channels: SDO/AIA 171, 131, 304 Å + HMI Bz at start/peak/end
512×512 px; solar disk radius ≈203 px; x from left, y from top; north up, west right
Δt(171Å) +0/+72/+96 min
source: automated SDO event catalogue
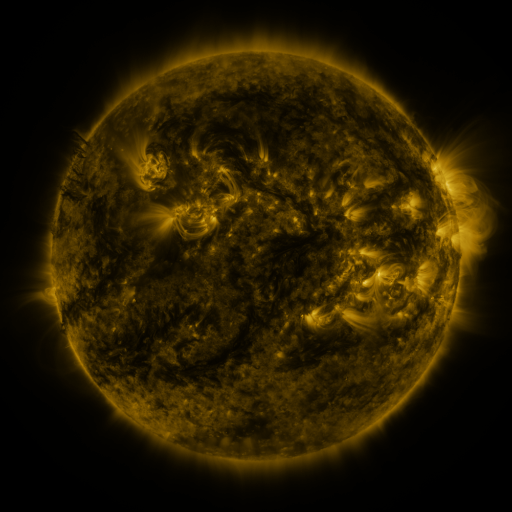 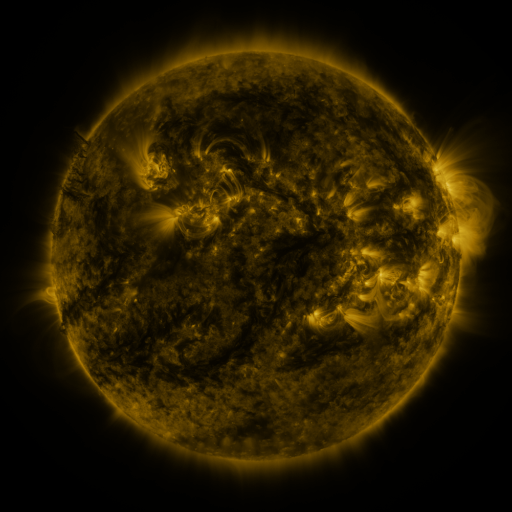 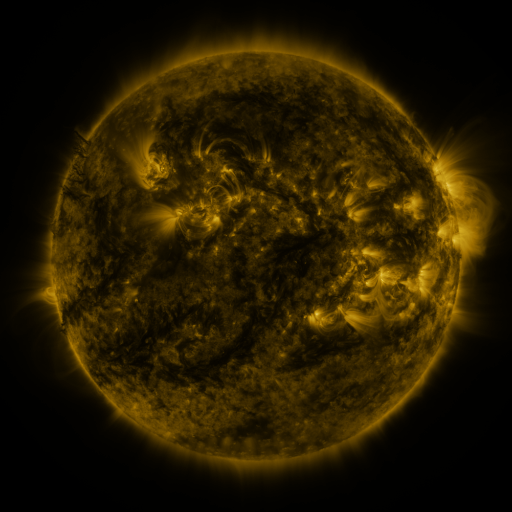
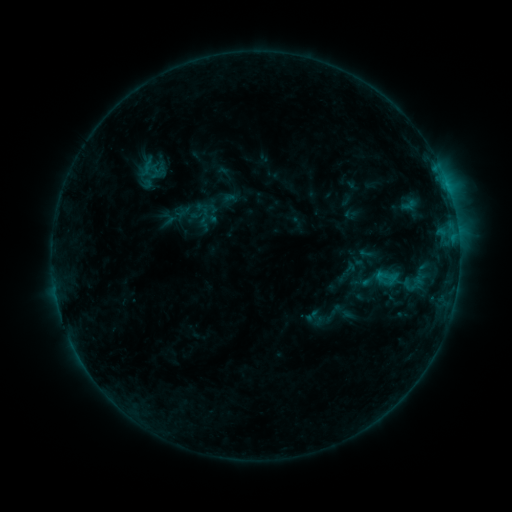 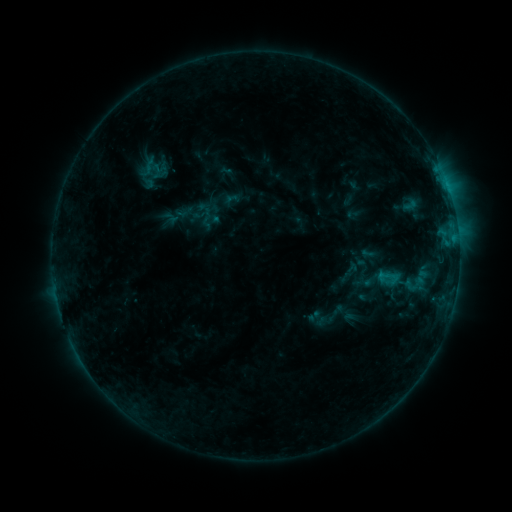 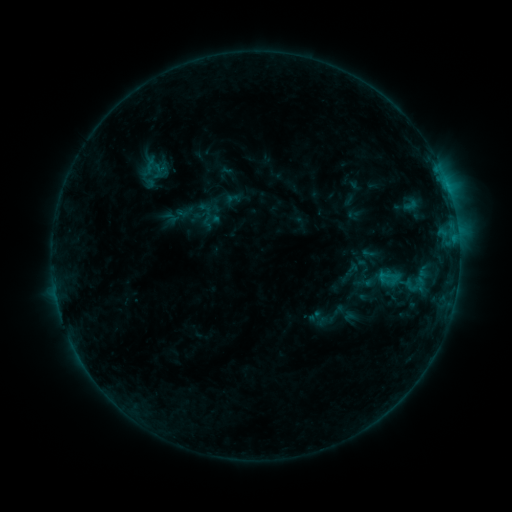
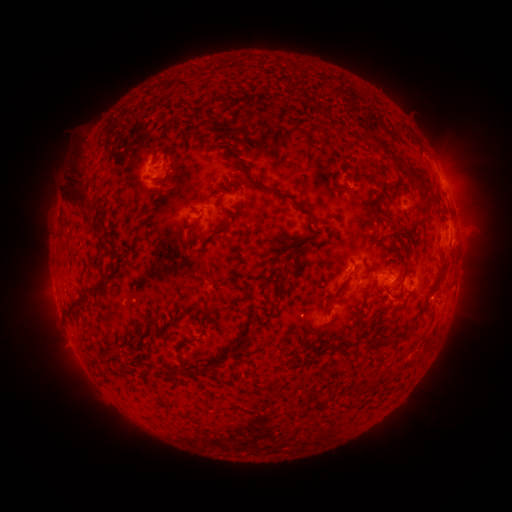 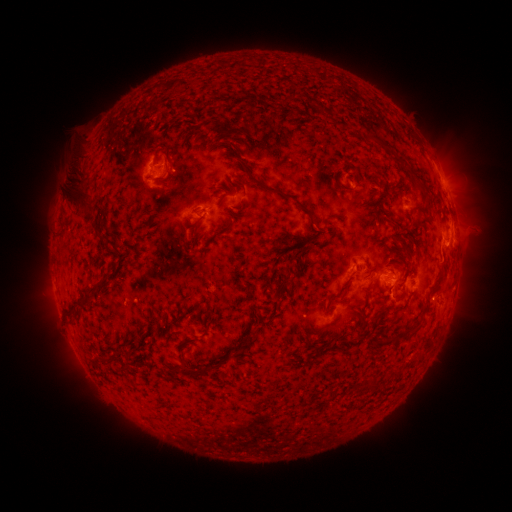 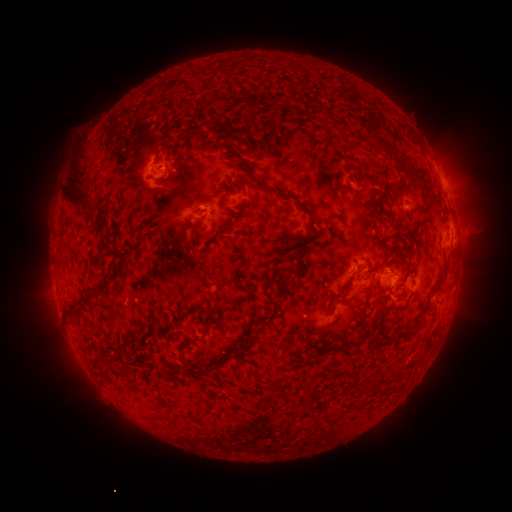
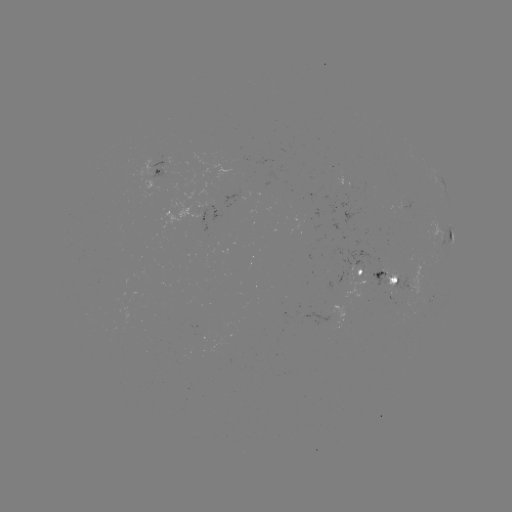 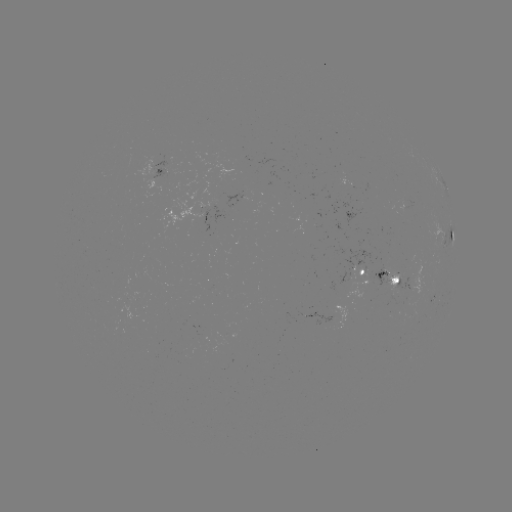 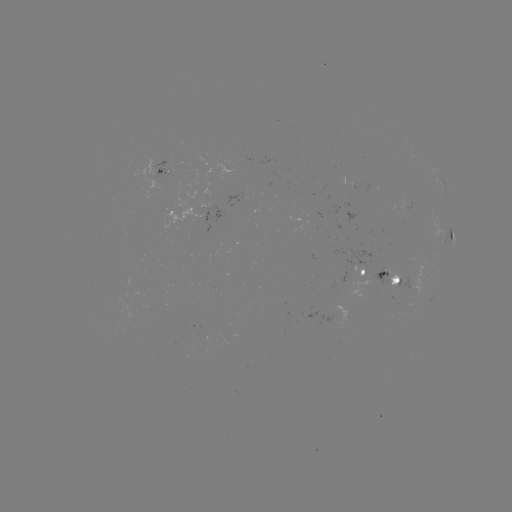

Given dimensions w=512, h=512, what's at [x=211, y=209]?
emerging-flux region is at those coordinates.